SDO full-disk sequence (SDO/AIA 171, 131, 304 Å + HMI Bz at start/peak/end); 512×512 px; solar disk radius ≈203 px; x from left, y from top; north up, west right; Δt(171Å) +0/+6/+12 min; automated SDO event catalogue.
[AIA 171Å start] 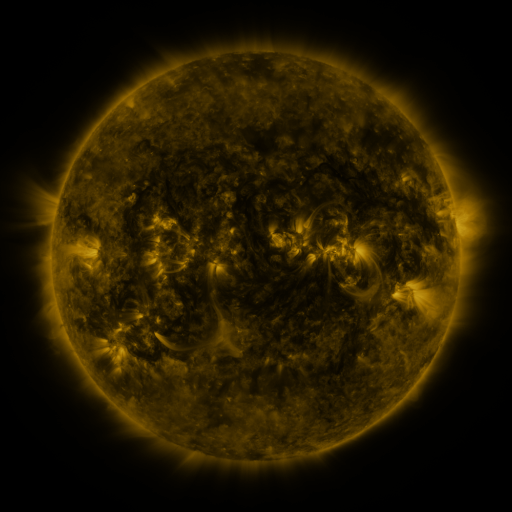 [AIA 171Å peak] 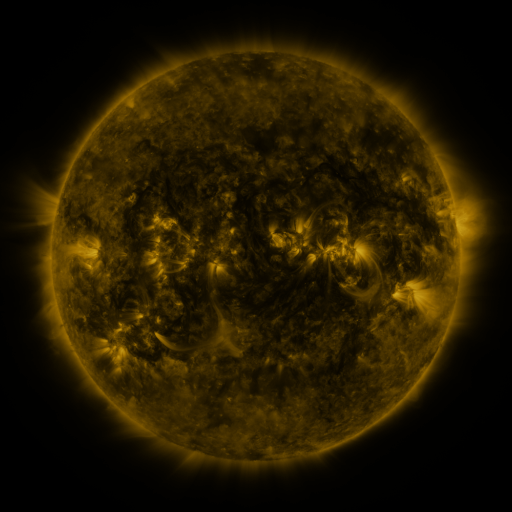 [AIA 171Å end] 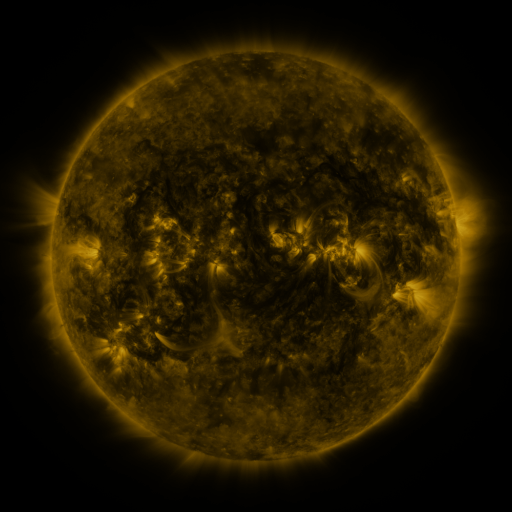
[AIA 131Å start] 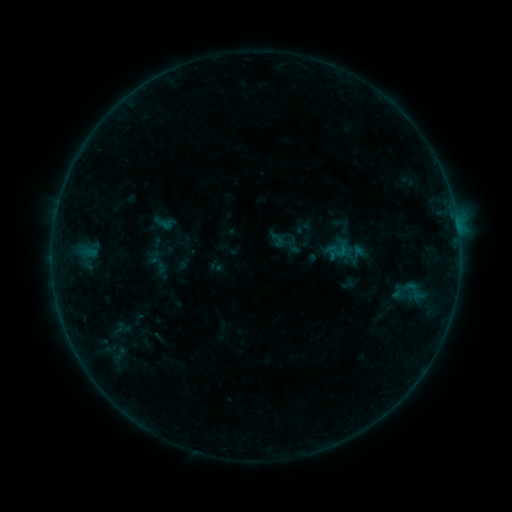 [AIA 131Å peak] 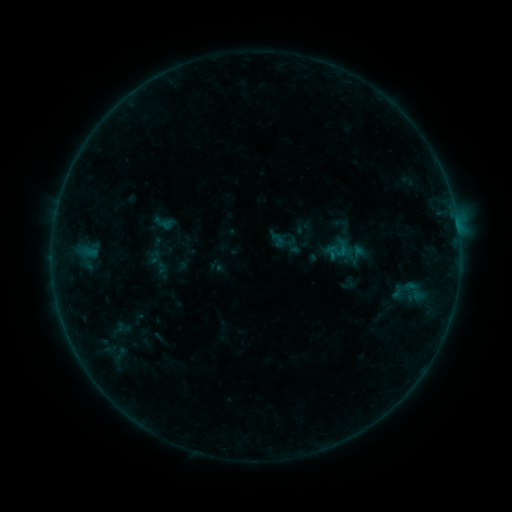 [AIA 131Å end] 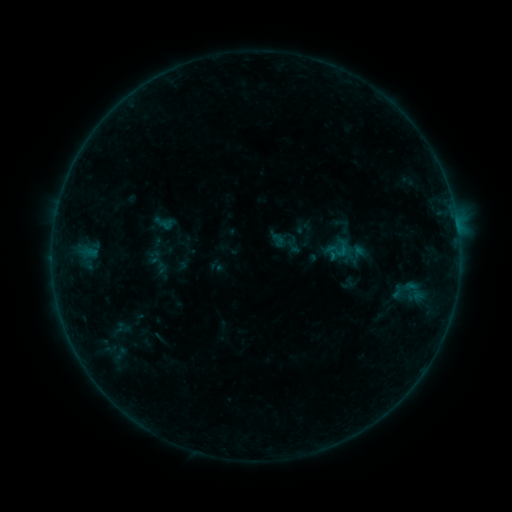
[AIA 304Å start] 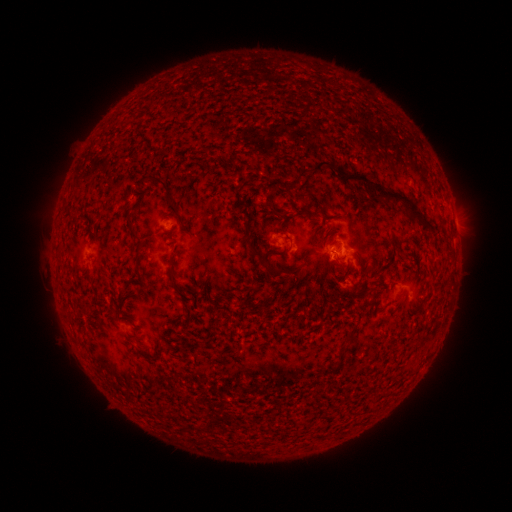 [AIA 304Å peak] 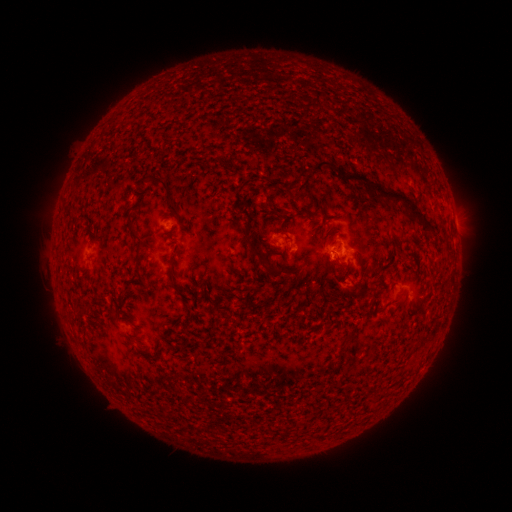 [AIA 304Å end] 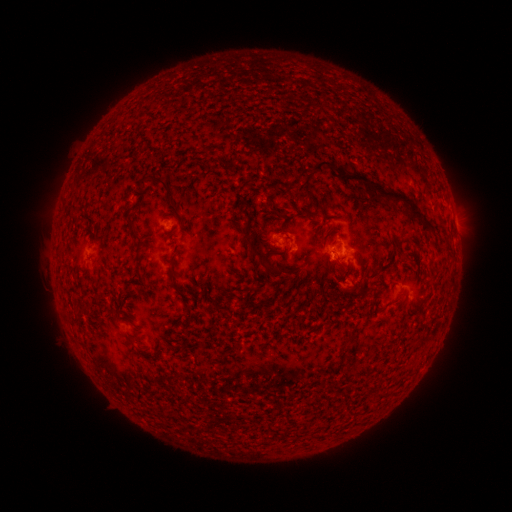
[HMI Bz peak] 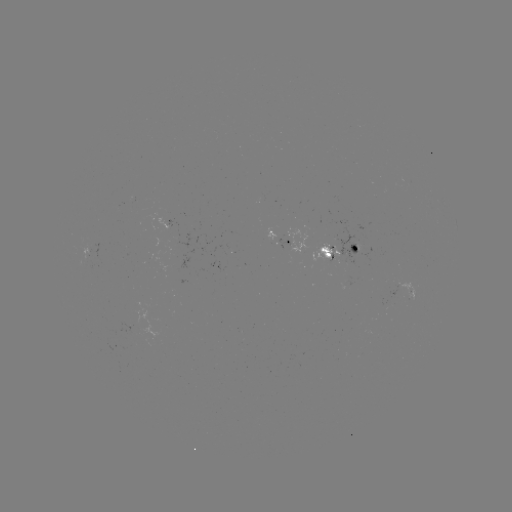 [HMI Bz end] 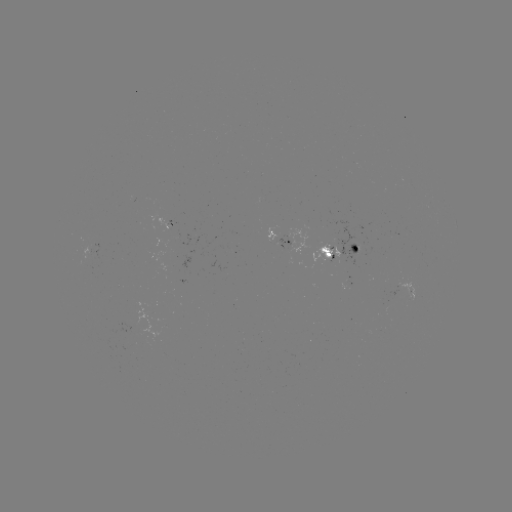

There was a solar flare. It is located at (328, 255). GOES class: B2.6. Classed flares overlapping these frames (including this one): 1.